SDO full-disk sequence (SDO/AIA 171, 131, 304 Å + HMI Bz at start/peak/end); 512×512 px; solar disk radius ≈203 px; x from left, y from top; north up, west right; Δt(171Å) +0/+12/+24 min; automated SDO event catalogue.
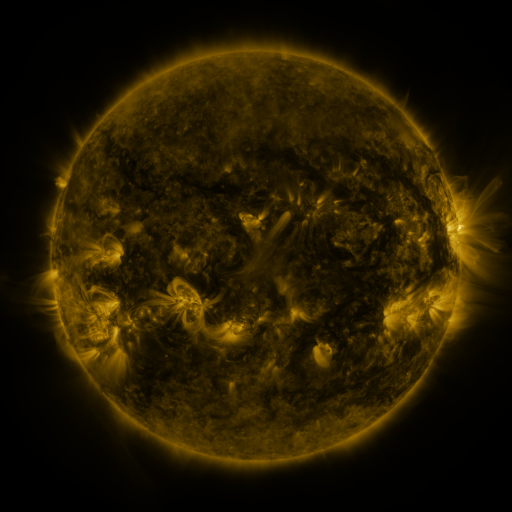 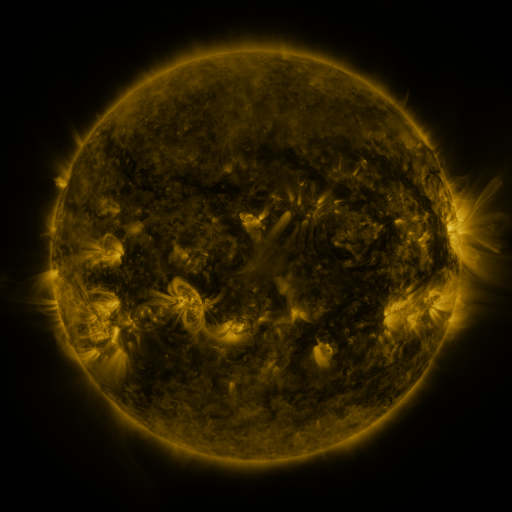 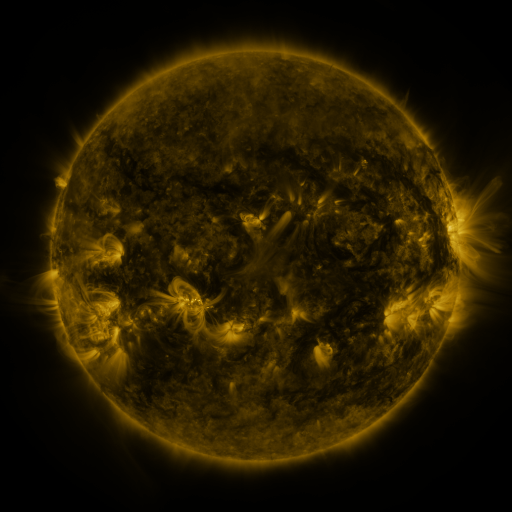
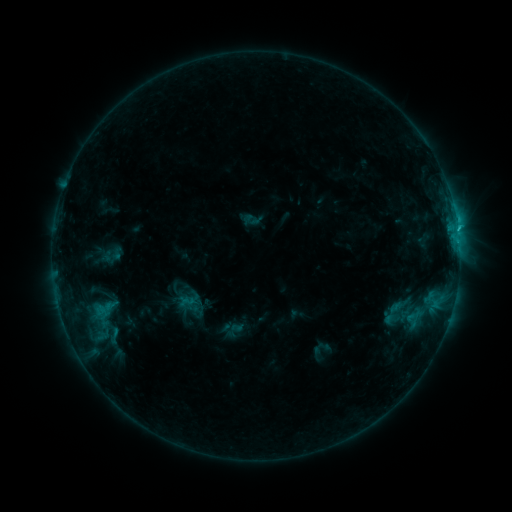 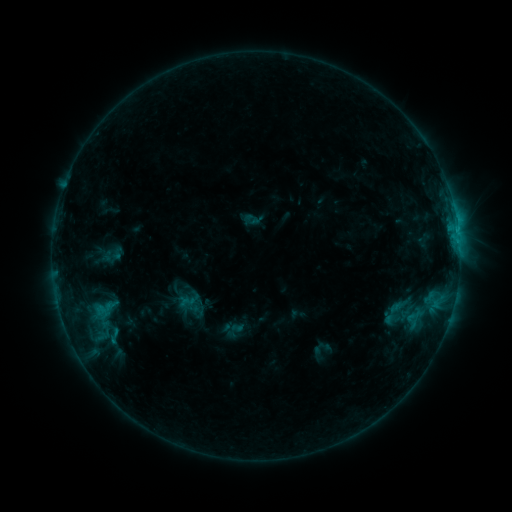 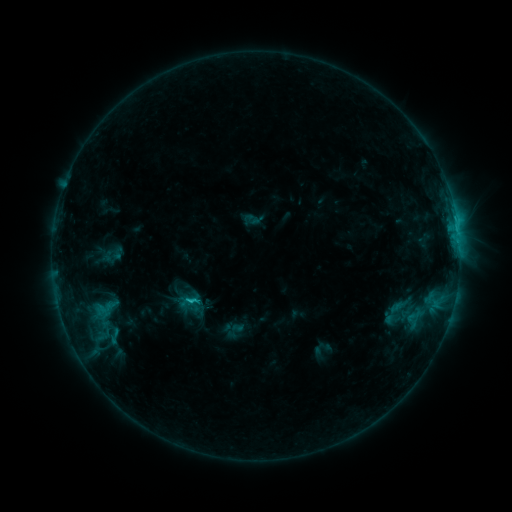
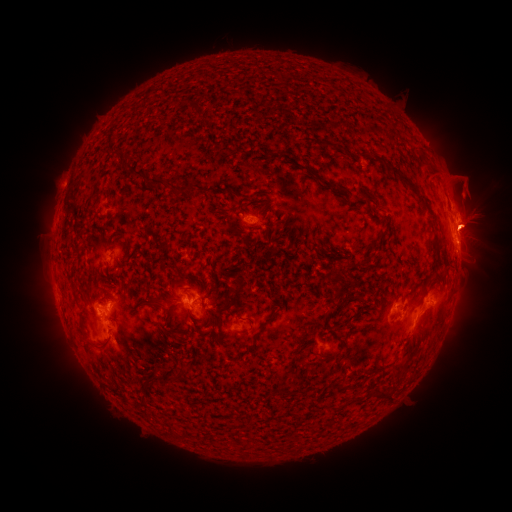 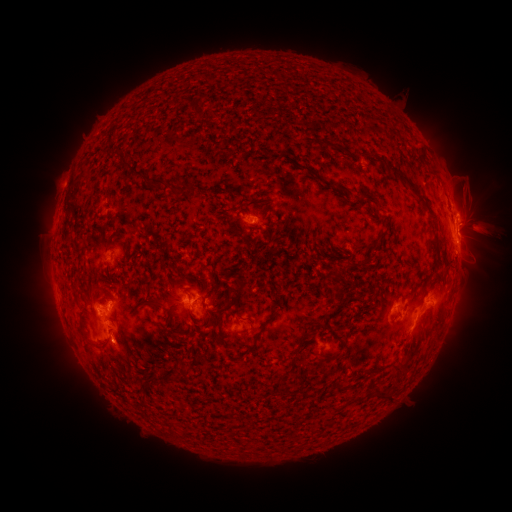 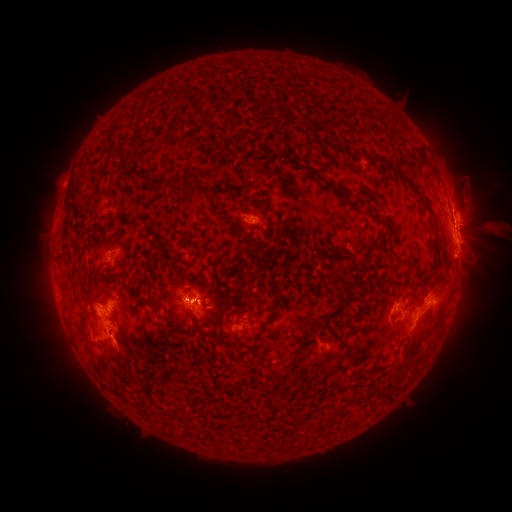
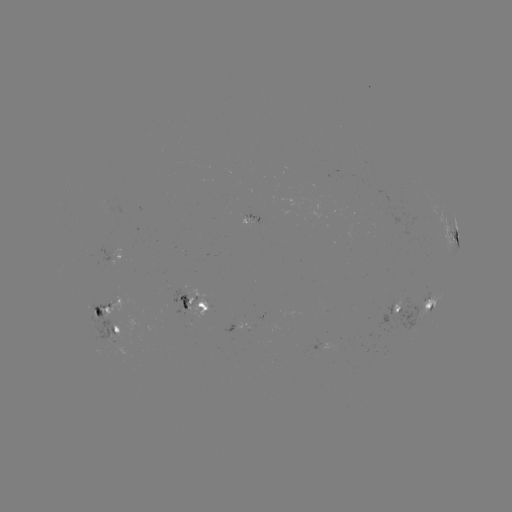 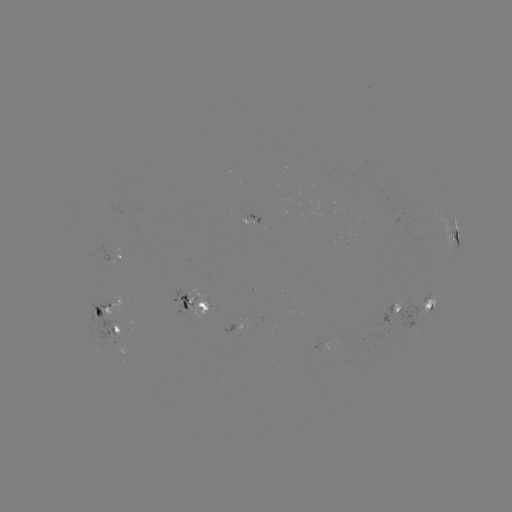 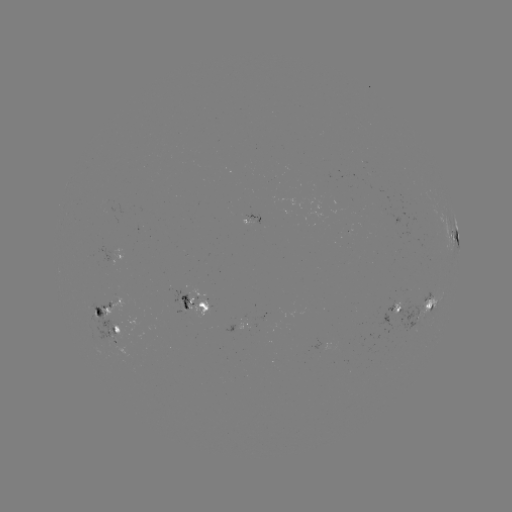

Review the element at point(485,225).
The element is eruption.